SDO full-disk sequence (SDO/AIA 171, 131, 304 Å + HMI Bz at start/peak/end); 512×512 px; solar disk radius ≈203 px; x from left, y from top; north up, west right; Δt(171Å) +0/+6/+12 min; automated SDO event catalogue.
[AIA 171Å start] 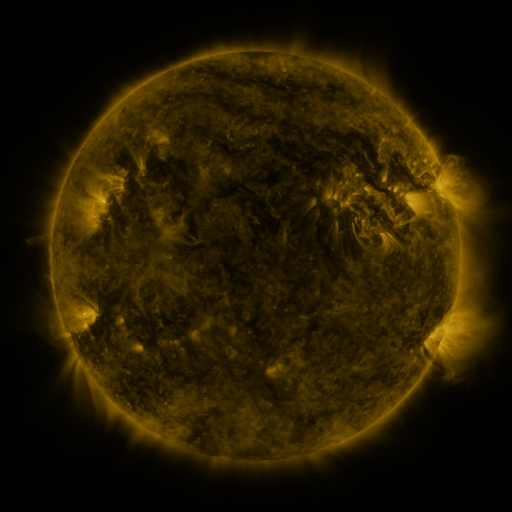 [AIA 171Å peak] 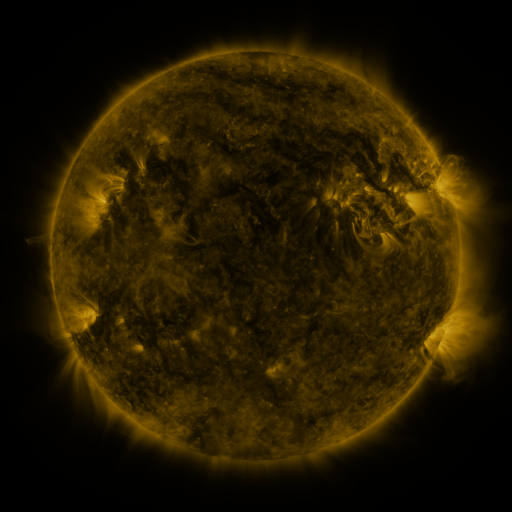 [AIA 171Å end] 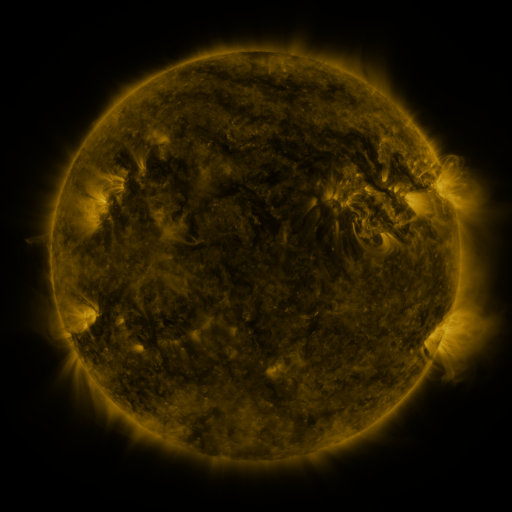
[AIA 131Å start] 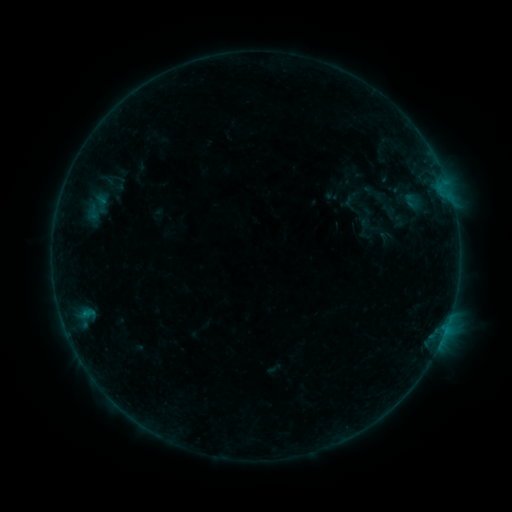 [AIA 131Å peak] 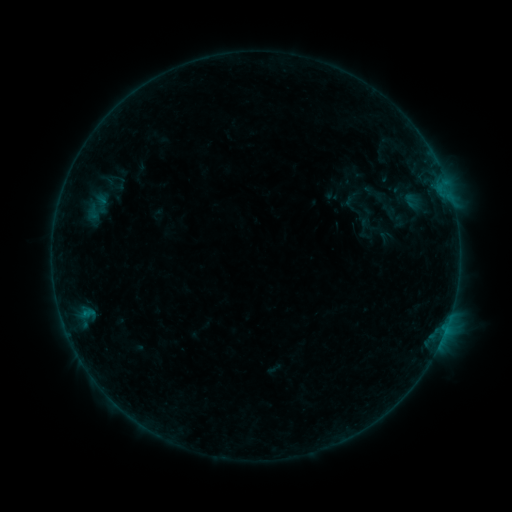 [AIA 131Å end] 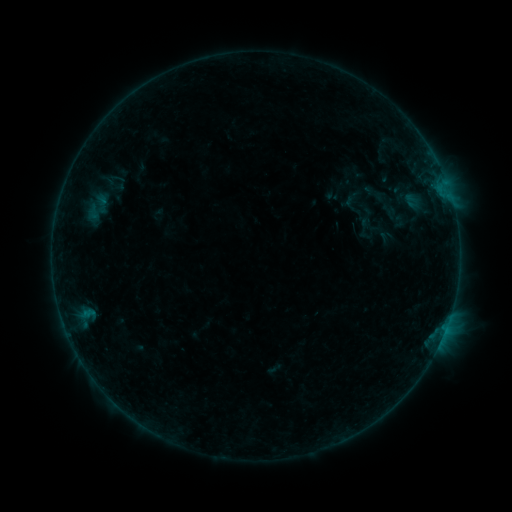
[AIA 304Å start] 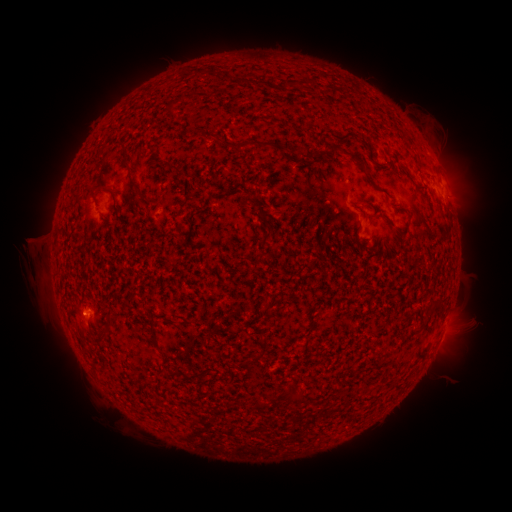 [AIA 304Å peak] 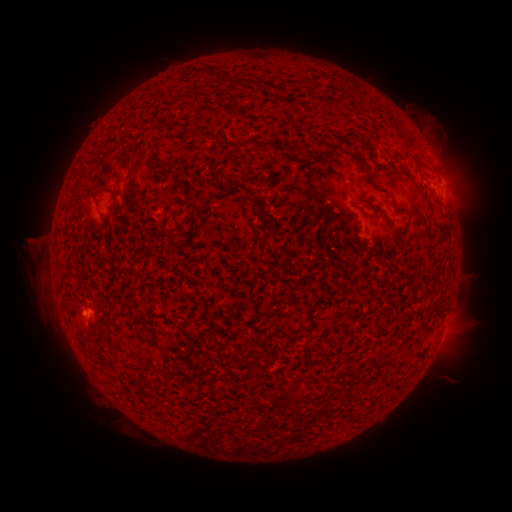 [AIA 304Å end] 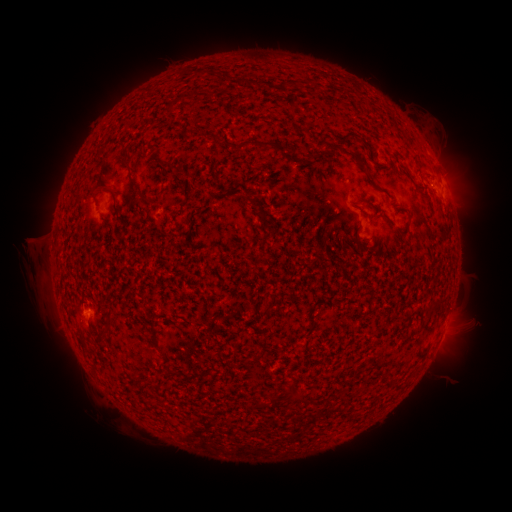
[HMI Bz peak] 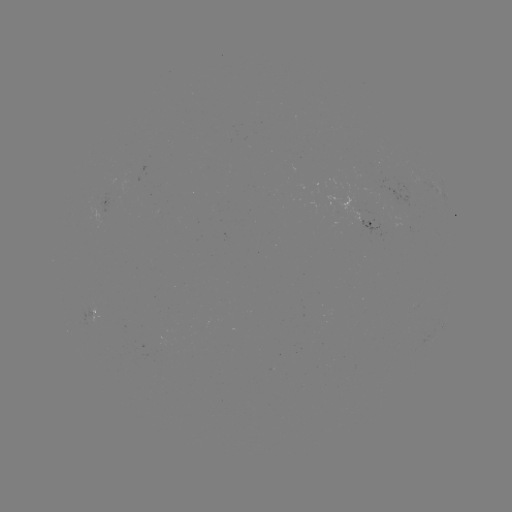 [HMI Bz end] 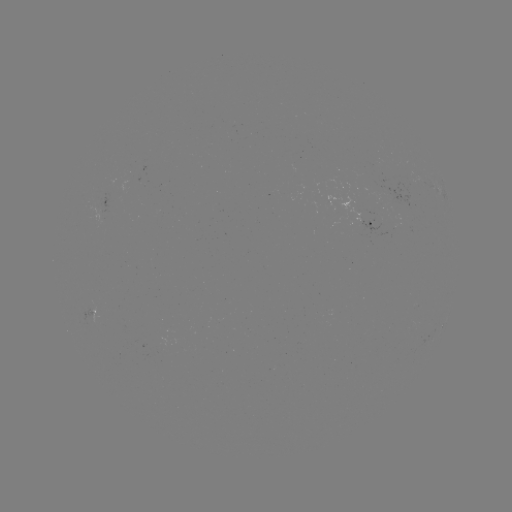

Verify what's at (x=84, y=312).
B2.0 flare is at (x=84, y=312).